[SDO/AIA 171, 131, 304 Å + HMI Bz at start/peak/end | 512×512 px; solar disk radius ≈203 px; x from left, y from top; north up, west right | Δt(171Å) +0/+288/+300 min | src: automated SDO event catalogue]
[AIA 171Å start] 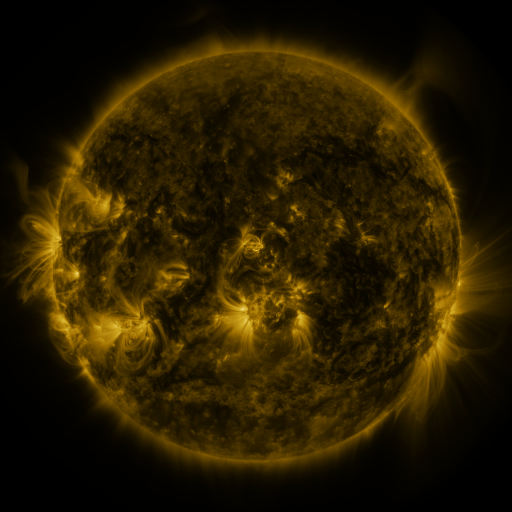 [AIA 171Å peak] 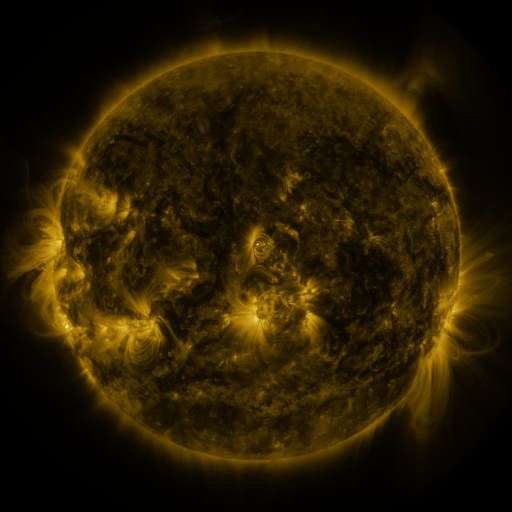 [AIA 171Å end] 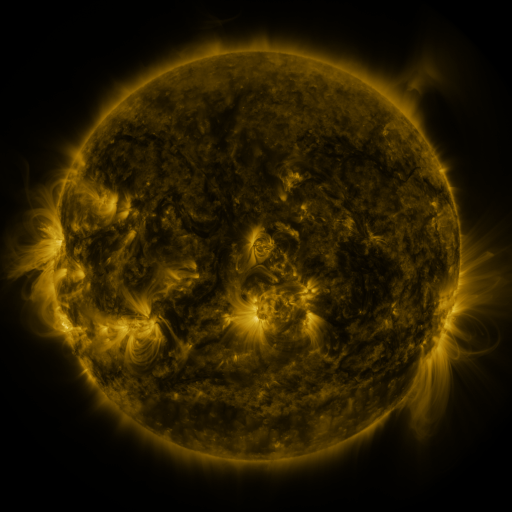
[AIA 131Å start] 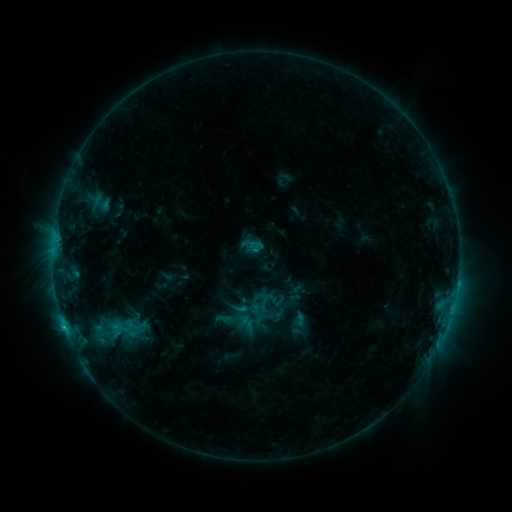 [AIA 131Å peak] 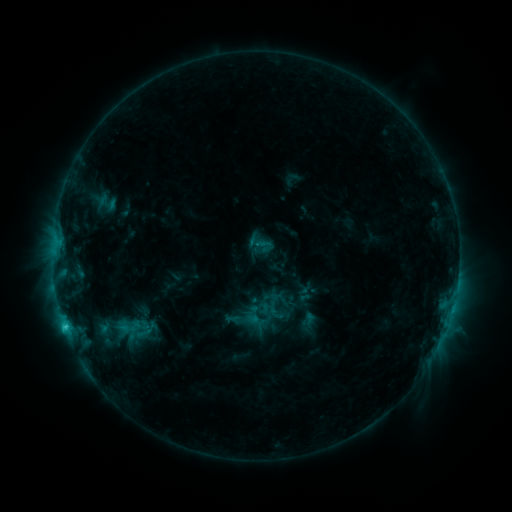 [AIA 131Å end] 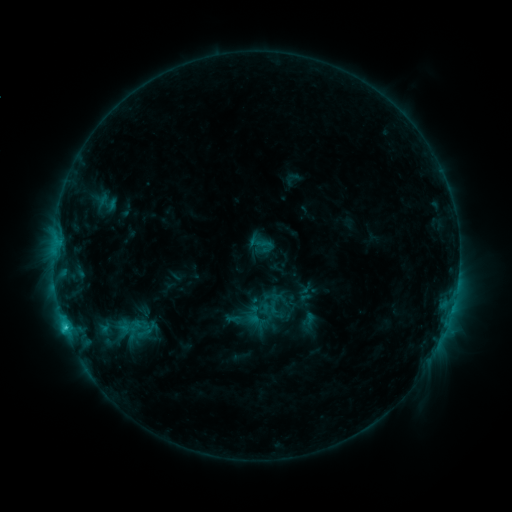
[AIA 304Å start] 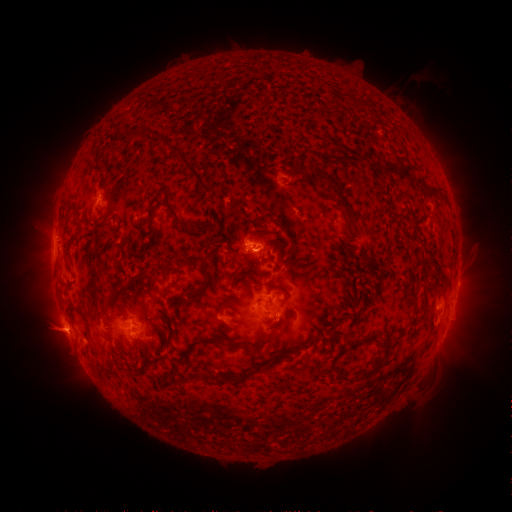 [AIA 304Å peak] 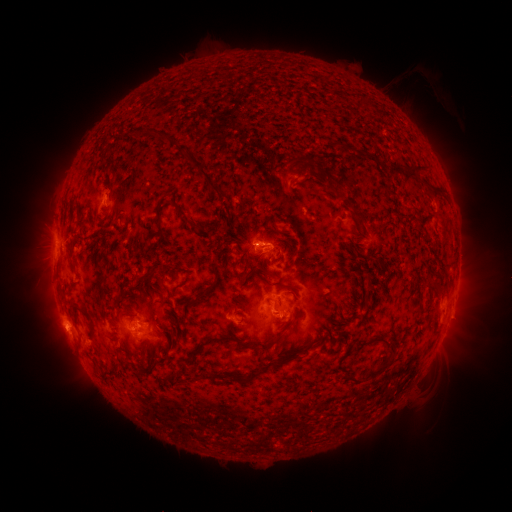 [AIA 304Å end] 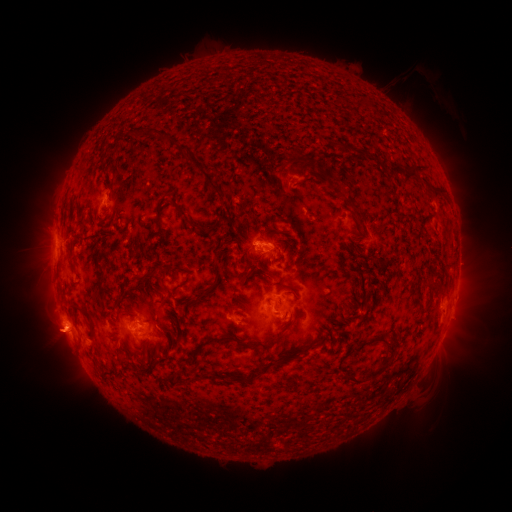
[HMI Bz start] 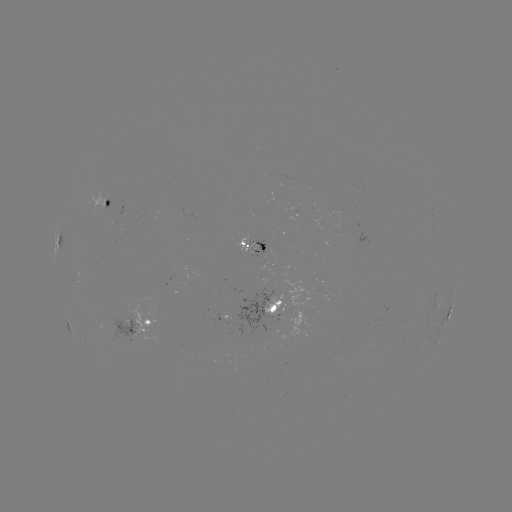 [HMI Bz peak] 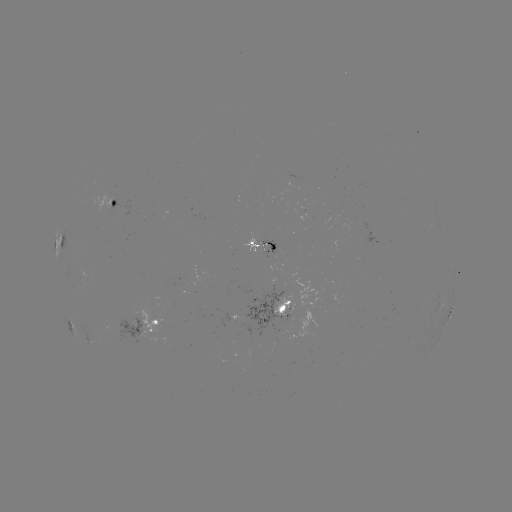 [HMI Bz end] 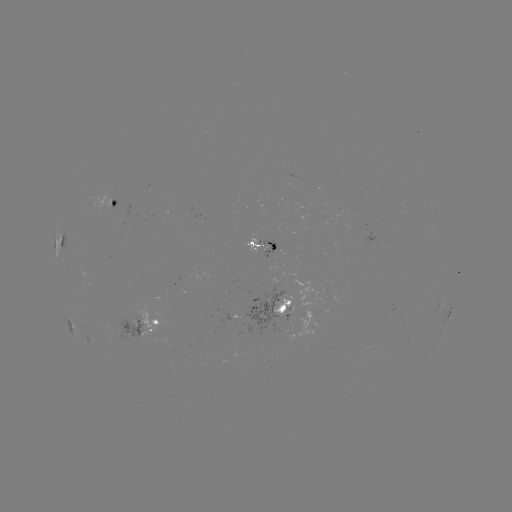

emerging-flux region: <bbox>242, 233, 259, 254</bbox>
